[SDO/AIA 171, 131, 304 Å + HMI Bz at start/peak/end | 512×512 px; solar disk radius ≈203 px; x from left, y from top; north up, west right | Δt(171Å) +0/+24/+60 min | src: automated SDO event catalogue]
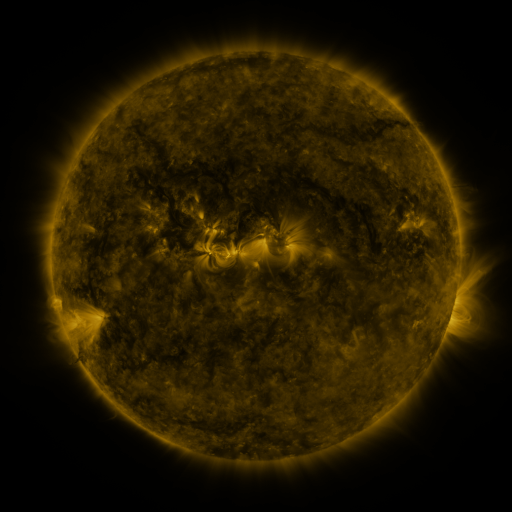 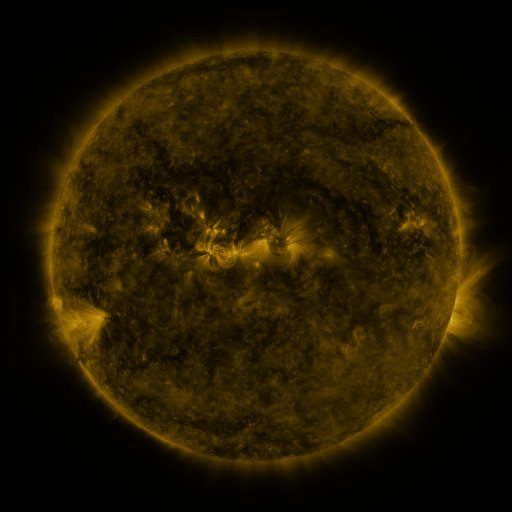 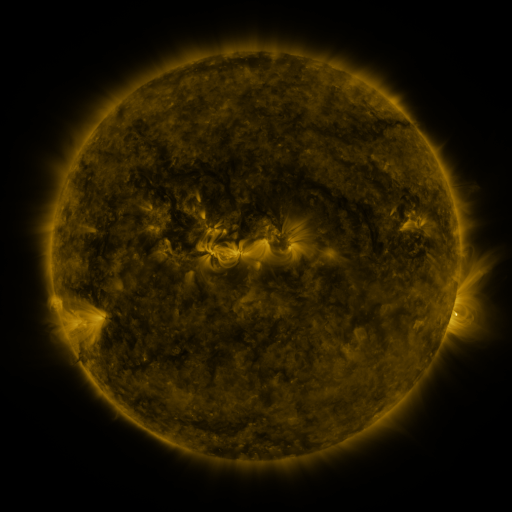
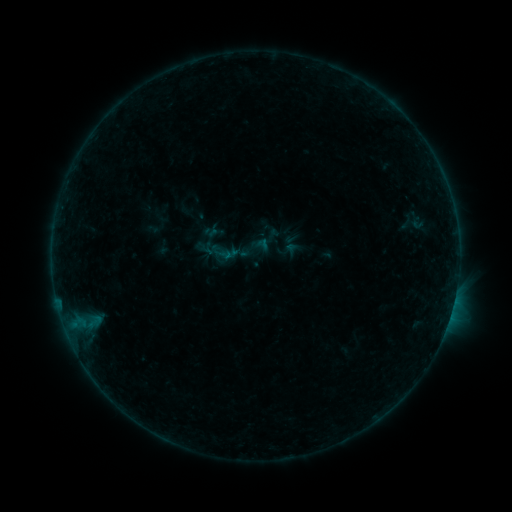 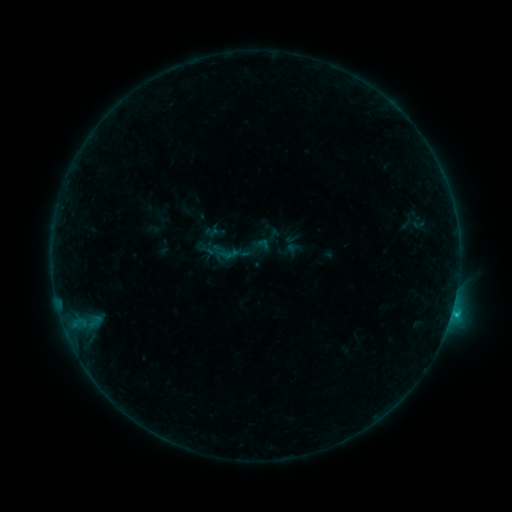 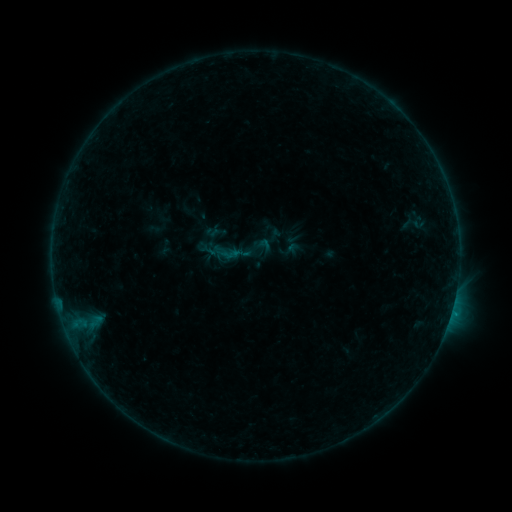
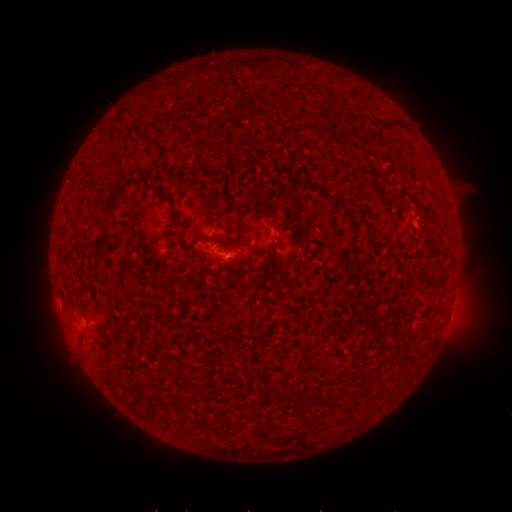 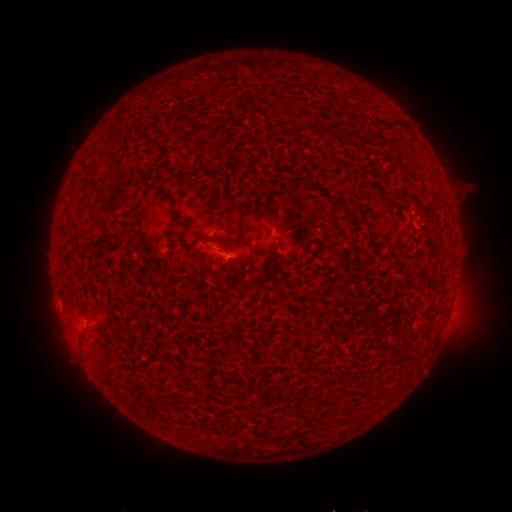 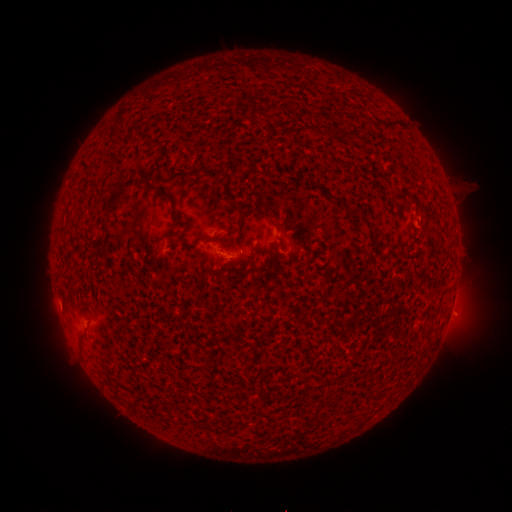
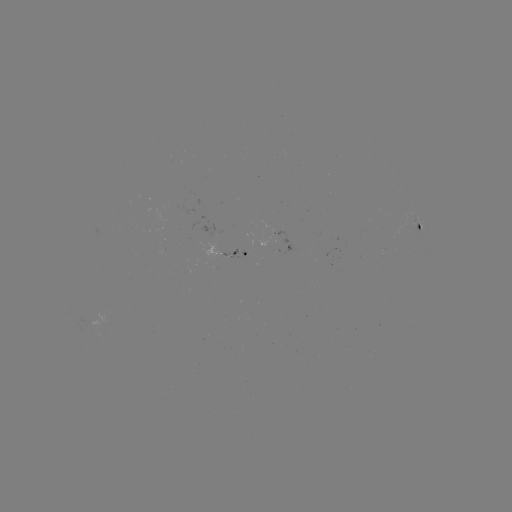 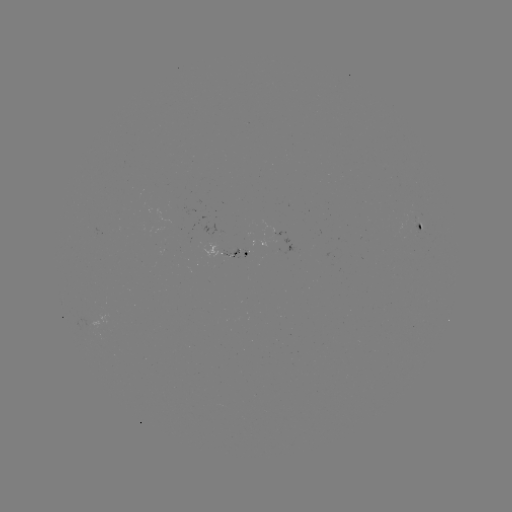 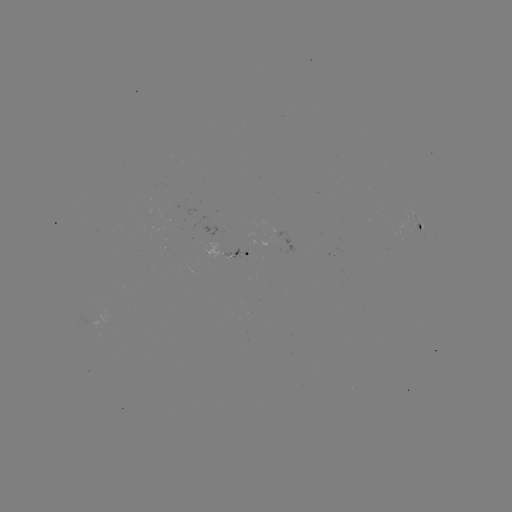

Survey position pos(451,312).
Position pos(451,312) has B7.4 flare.